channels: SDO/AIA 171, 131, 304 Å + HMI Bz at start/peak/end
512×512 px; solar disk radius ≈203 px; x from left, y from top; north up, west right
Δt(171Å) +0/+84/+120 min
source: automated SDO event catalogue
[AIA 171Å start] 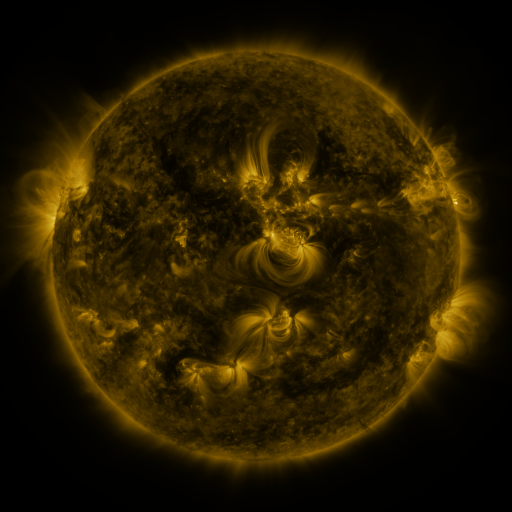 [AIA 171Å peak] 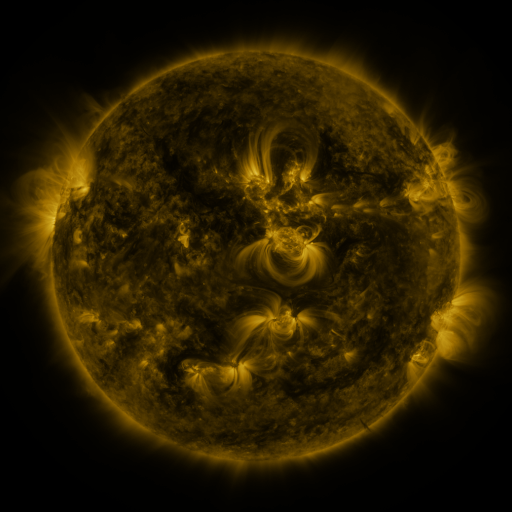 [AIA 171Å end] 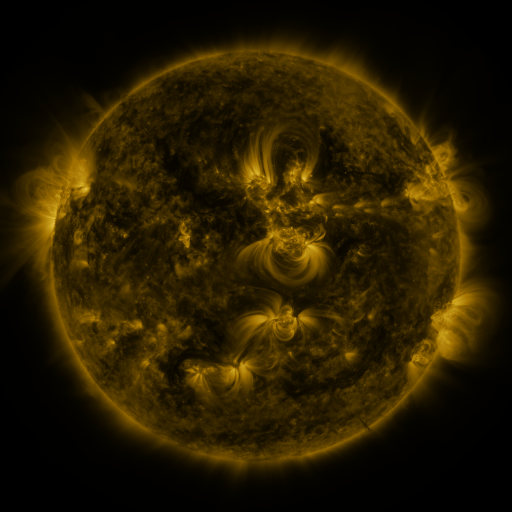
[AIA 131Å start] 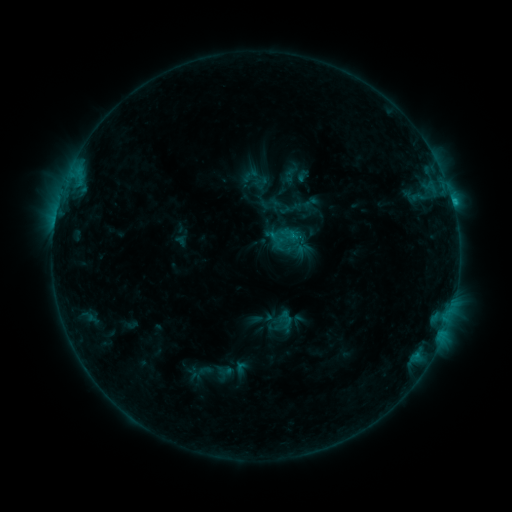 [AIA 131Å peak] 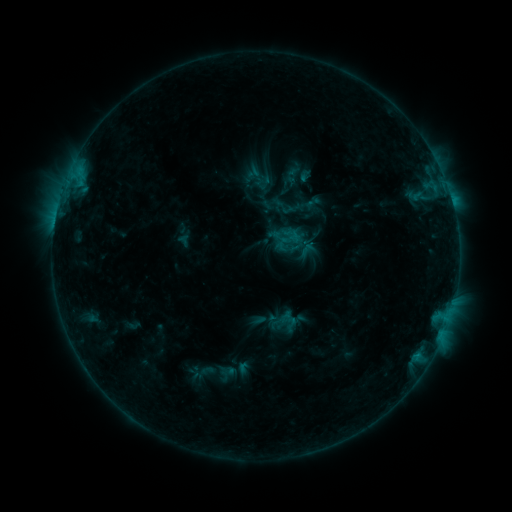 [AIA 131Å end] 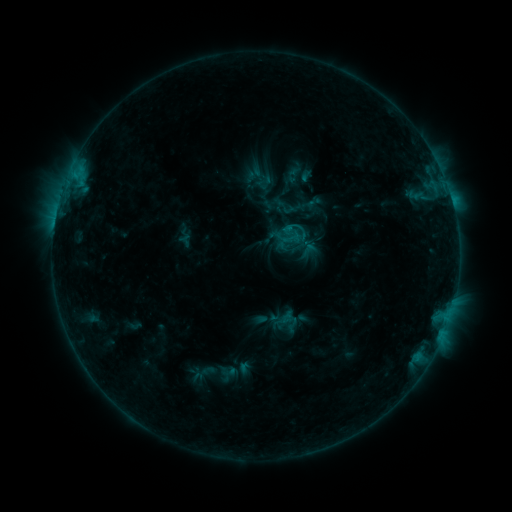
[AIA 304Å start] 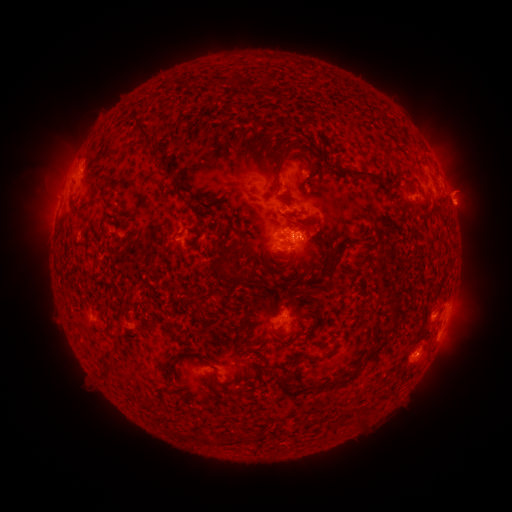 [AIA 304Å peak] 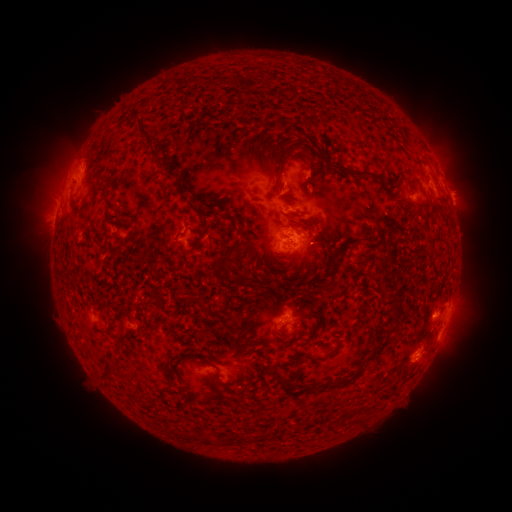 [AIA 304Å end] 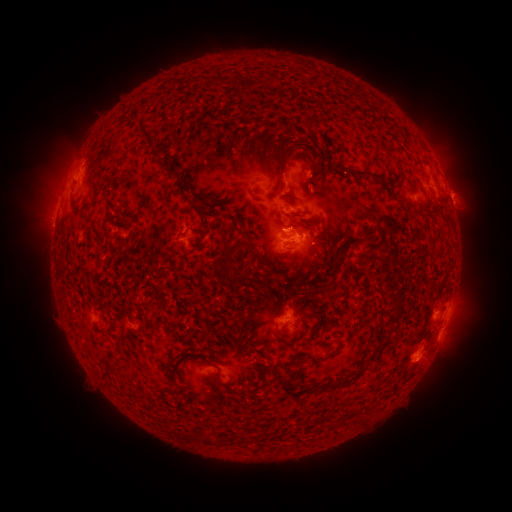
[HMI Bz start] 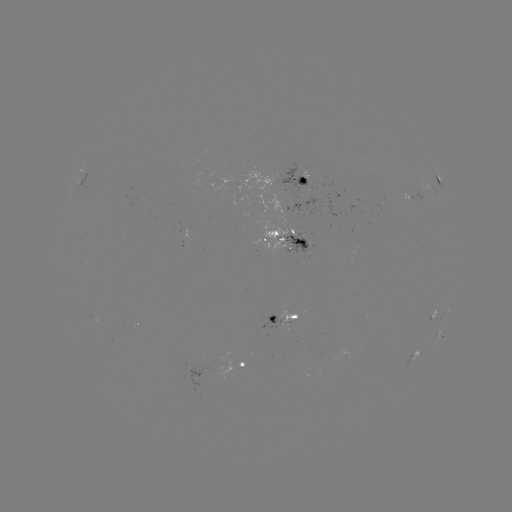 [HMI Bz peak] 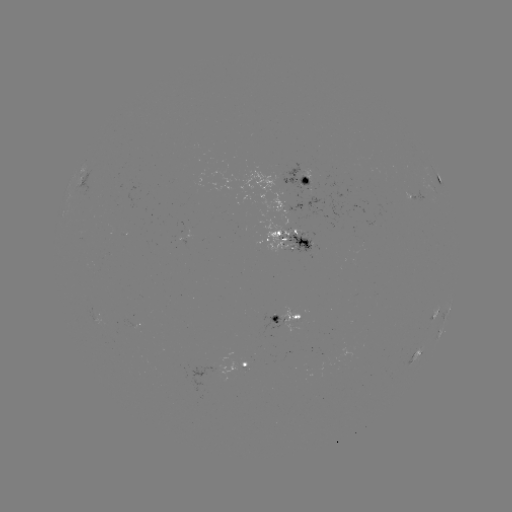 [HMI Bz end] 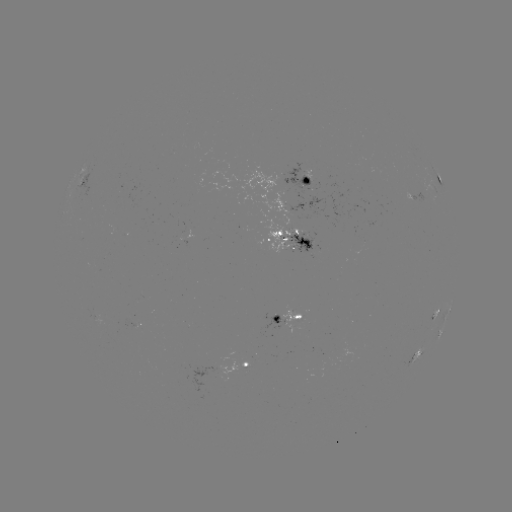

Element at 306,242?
emerging-flux region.